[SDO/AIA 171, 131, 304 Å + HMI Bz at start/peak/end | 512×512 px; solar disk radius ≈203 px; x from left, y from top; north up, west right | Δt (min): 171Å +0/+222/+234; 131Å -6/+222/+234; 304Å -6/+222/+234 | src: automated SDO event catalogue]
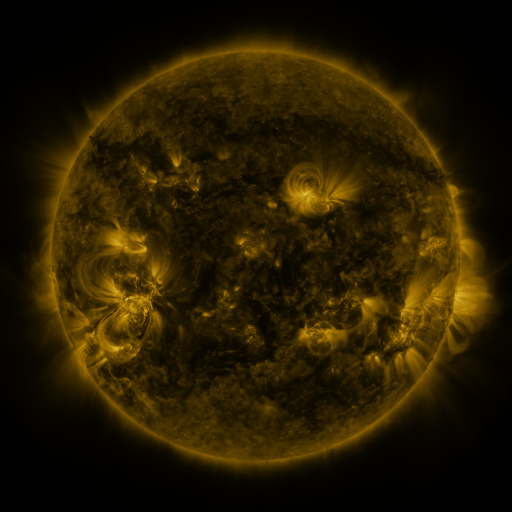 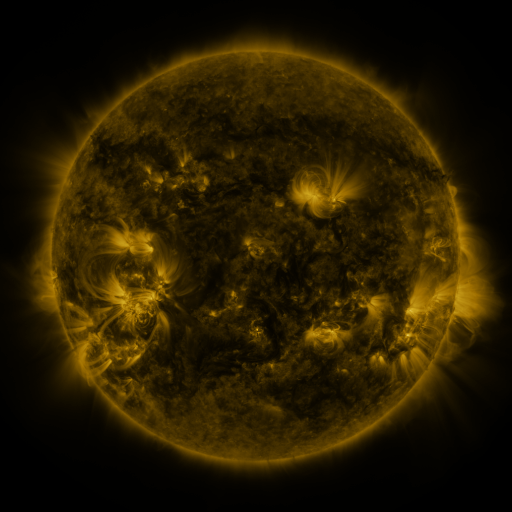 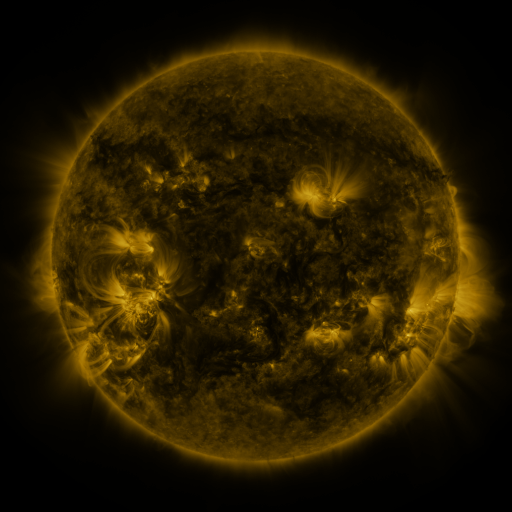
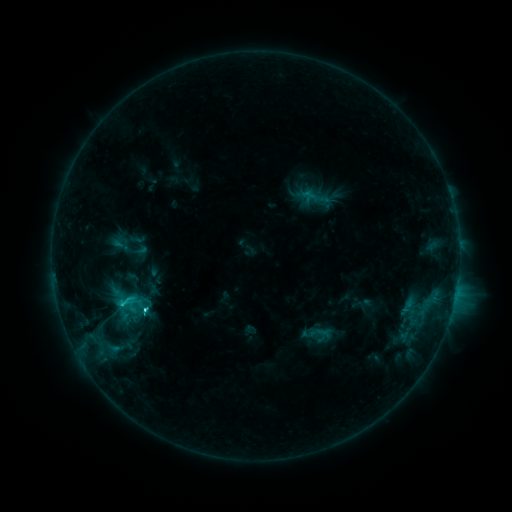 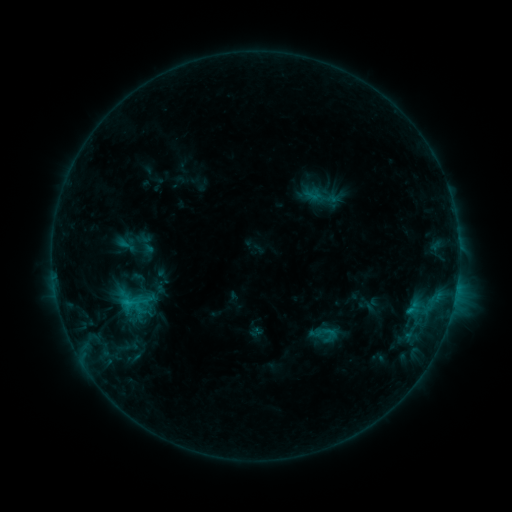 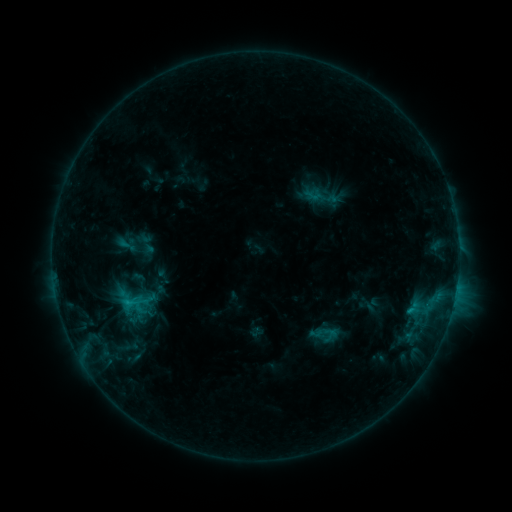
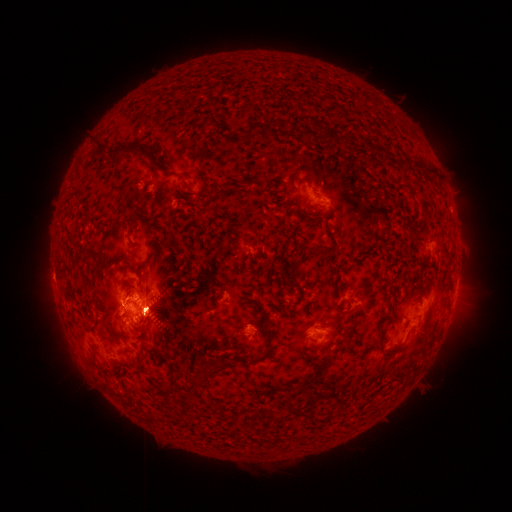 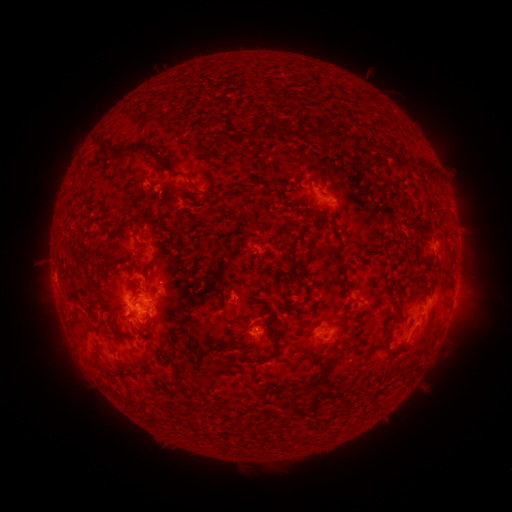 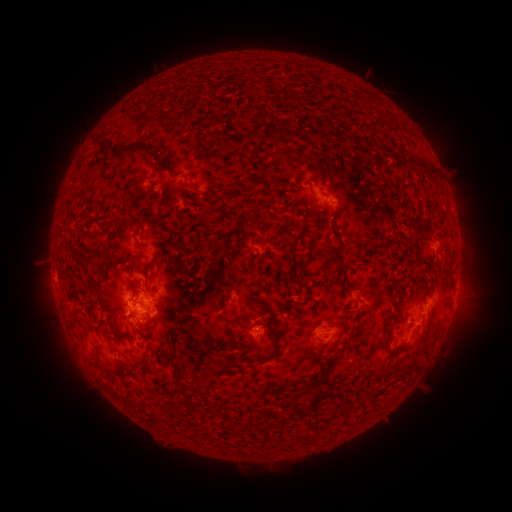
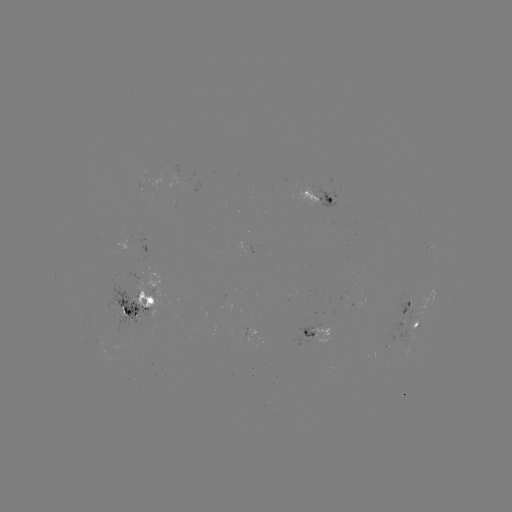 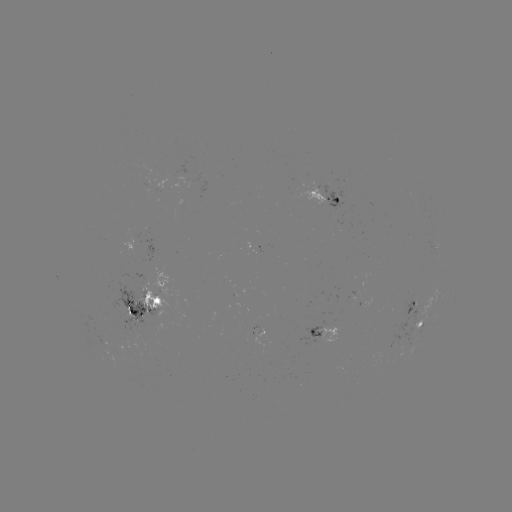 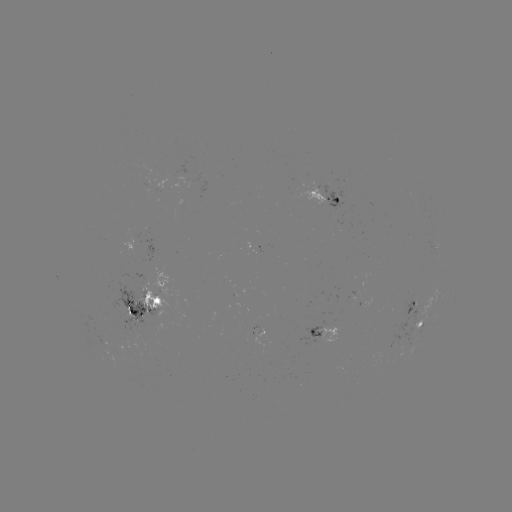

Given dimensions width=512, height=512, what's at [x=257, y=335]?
emerging-flux region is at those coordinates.